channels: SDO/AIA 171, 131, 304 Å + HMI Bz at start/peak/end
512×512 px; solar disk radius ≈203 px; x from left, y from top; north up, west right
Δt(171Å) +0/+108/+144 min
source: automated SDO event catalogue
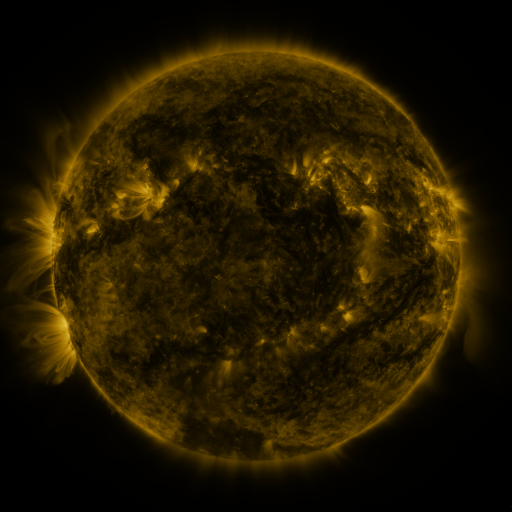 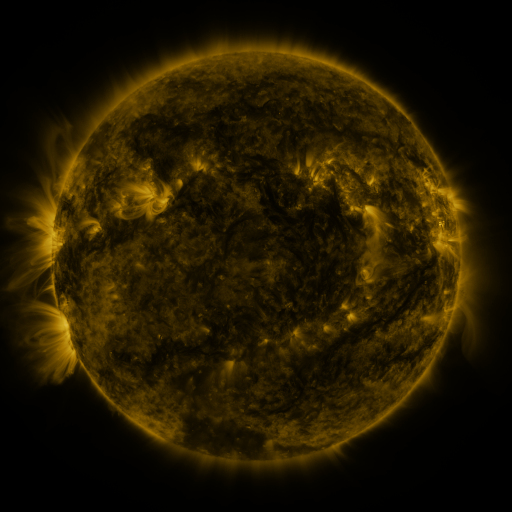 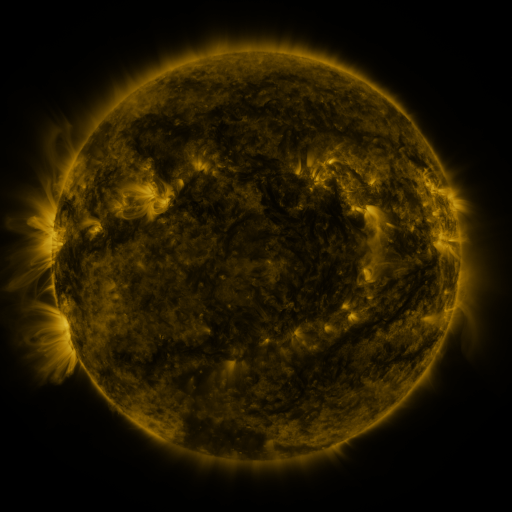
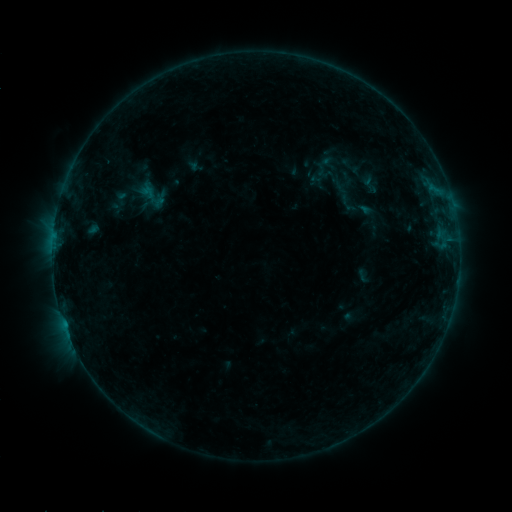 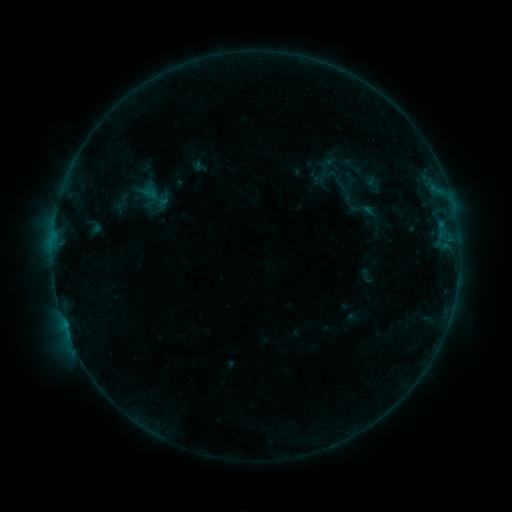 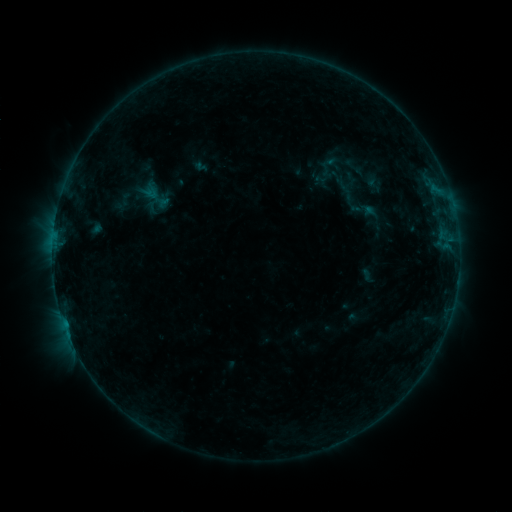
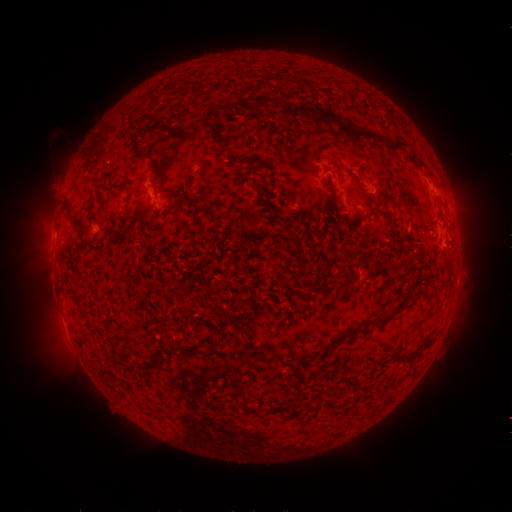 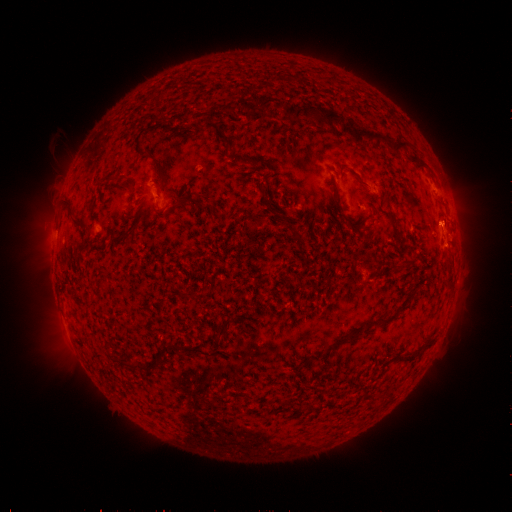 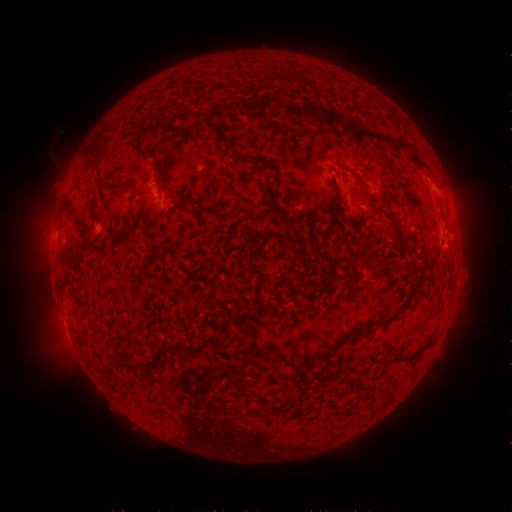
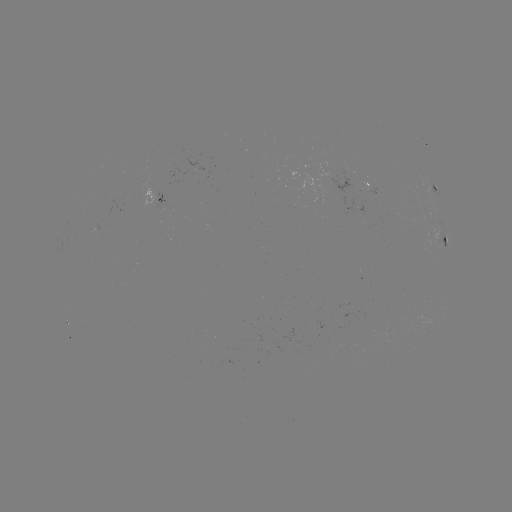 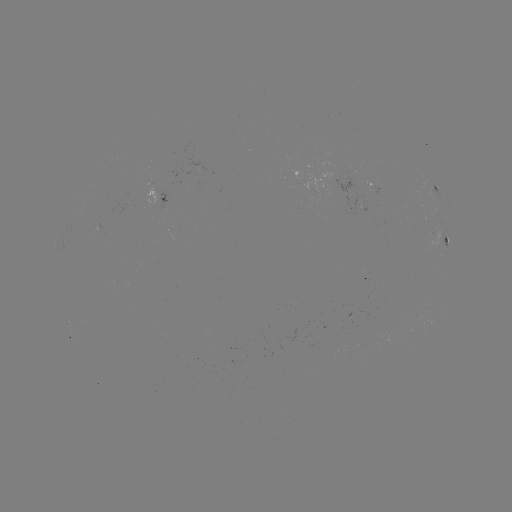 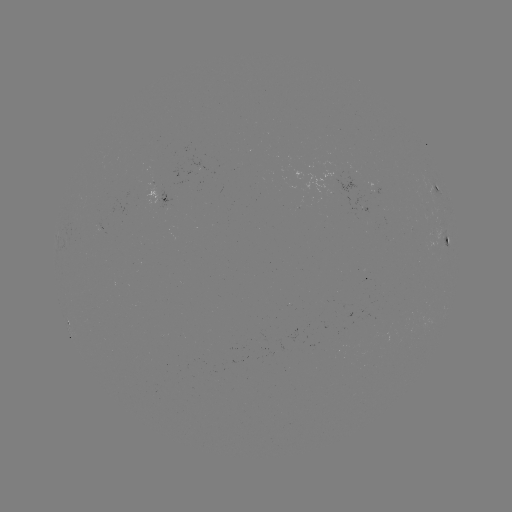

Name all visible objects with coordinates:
emerging-flux region: (338, 186)
